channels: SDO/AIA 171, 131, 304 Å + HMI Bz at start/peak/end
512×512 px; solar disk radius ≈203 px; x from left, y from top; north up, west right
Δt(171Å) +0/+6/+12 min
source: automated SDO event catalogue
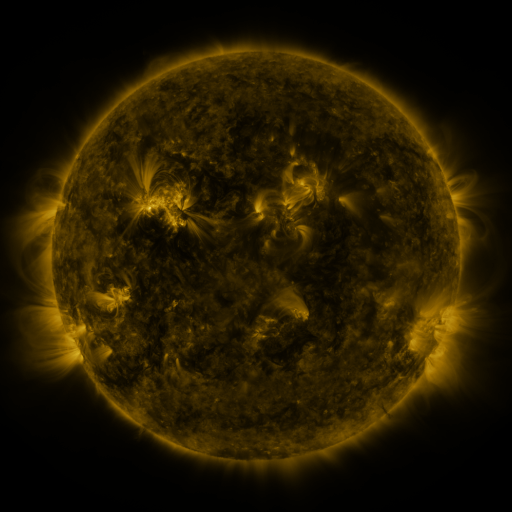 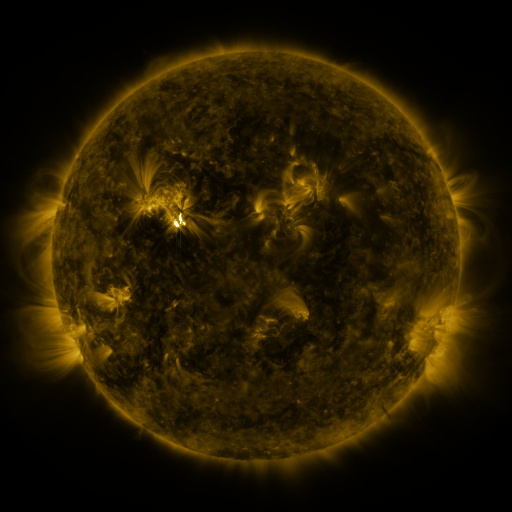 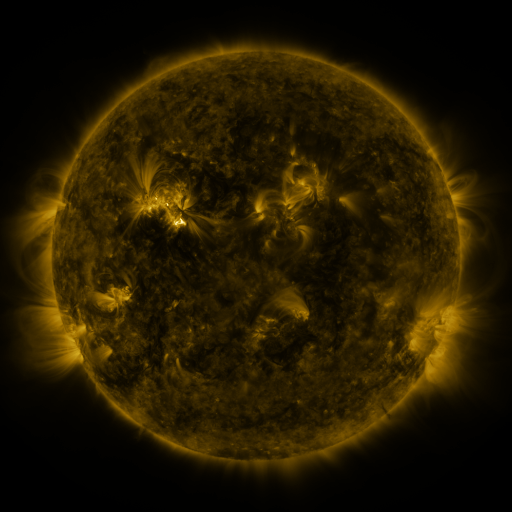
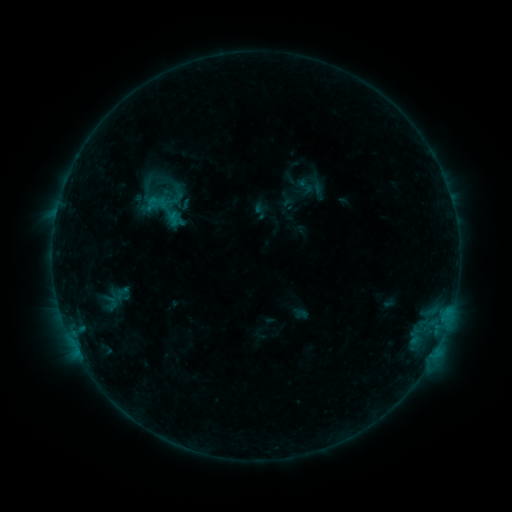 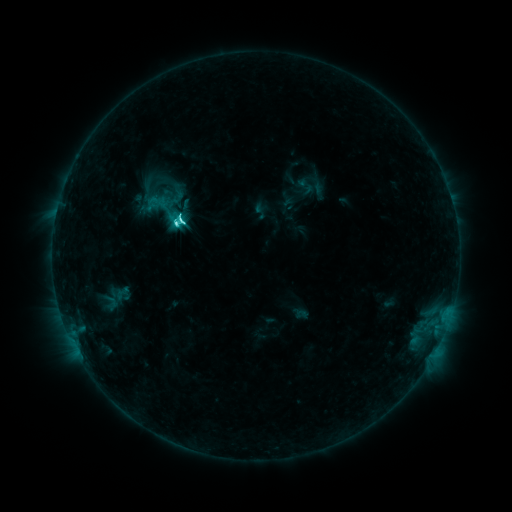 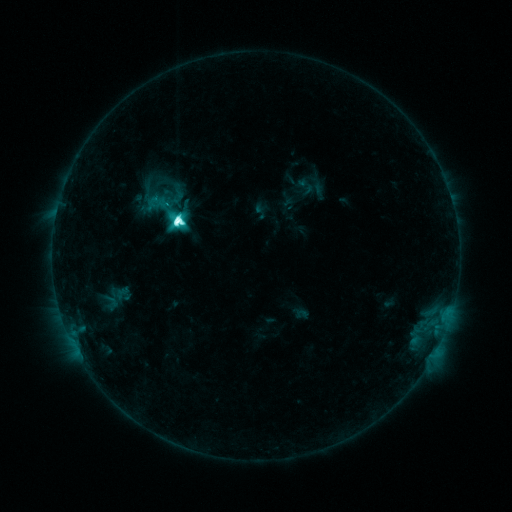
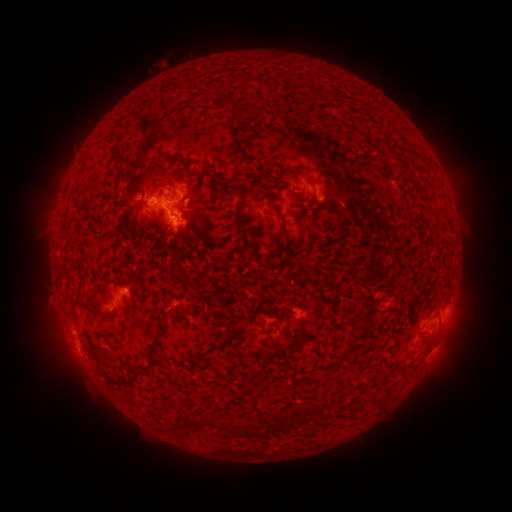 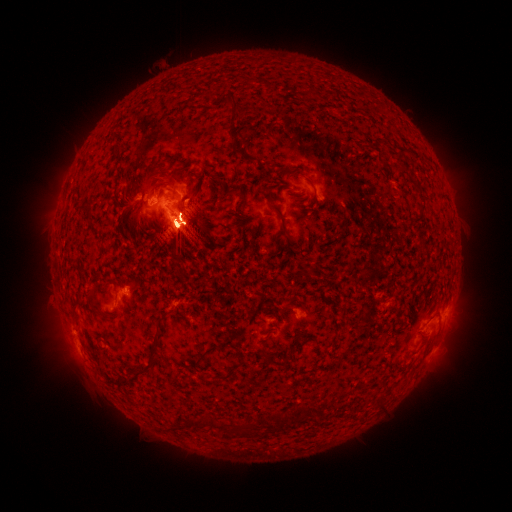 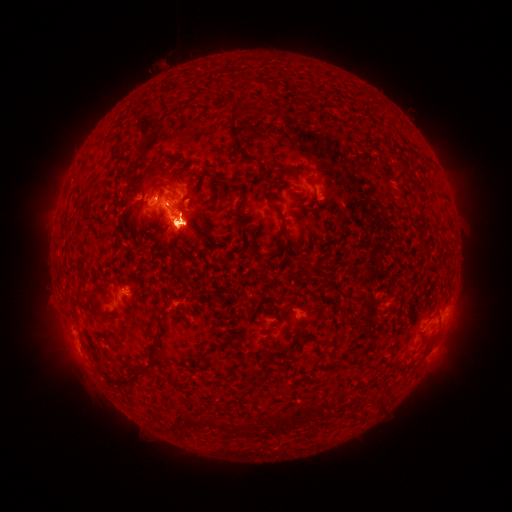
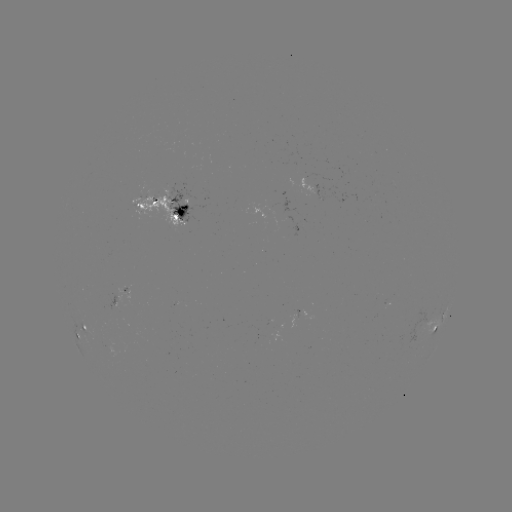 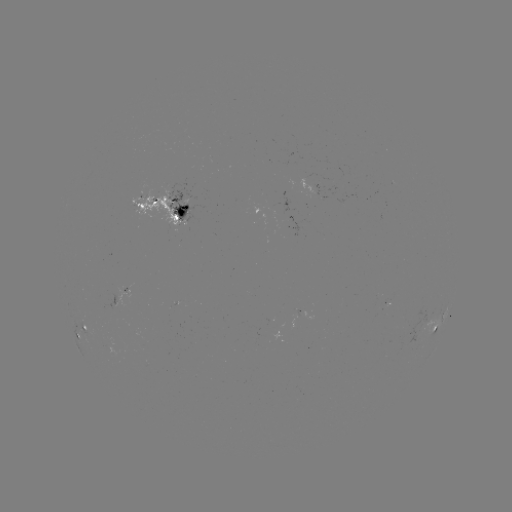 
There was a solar flare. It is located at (179, 224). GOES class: M1.8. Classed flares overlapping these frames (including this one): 1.